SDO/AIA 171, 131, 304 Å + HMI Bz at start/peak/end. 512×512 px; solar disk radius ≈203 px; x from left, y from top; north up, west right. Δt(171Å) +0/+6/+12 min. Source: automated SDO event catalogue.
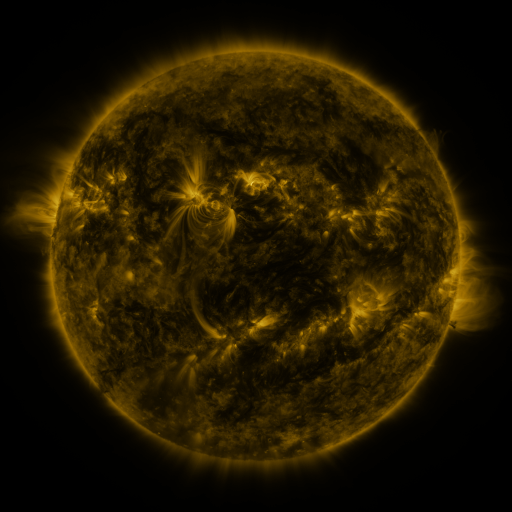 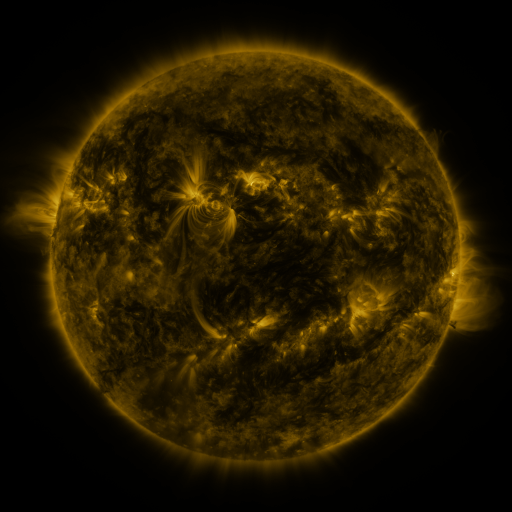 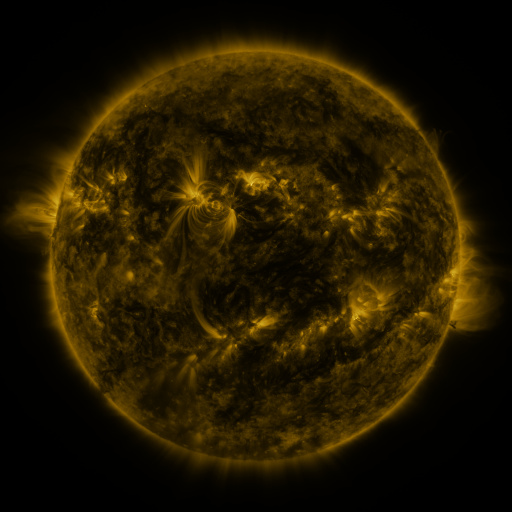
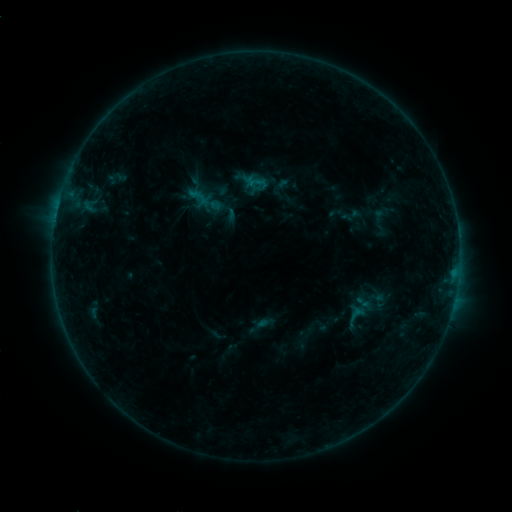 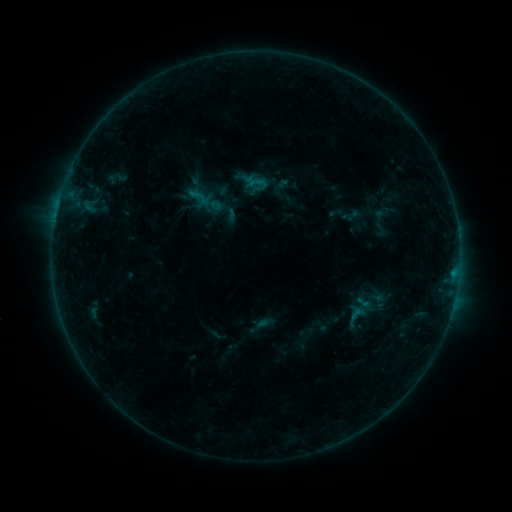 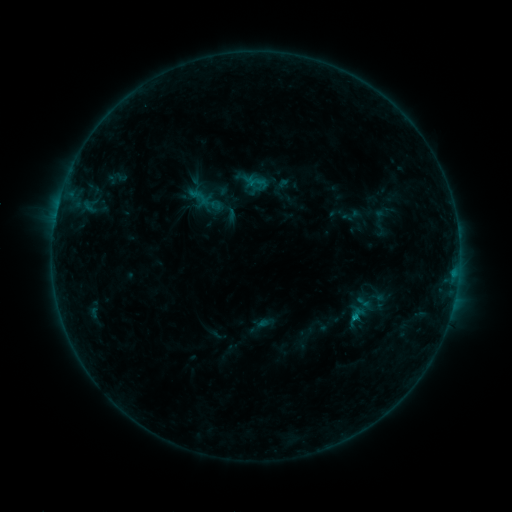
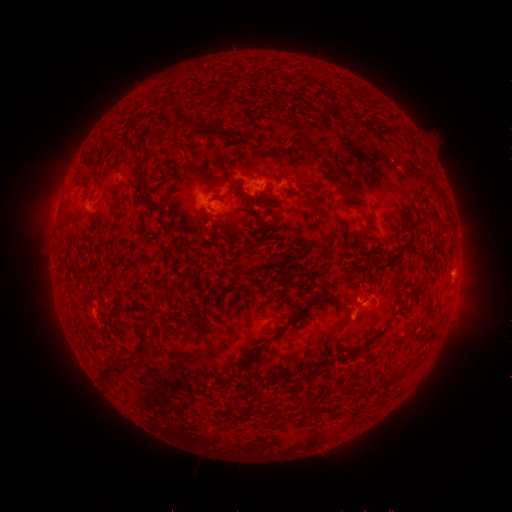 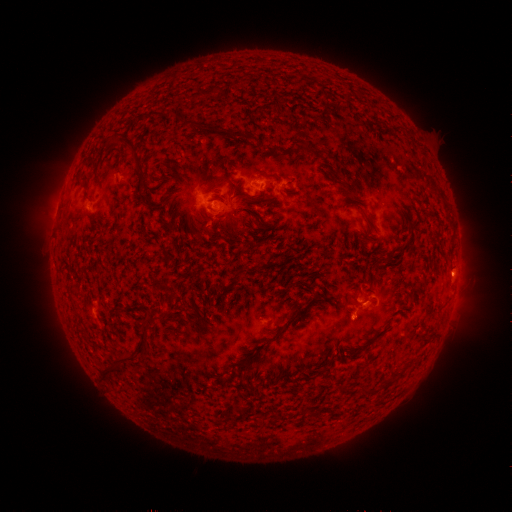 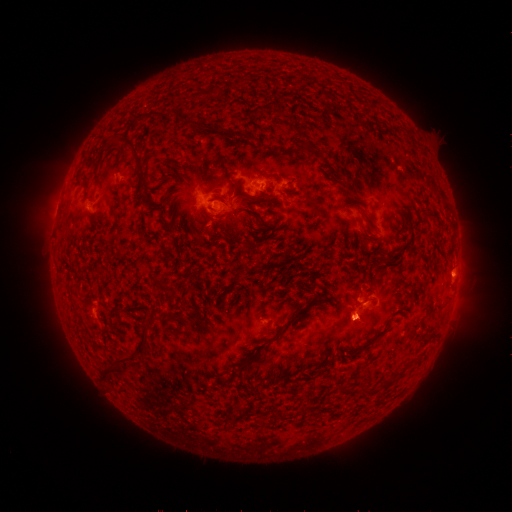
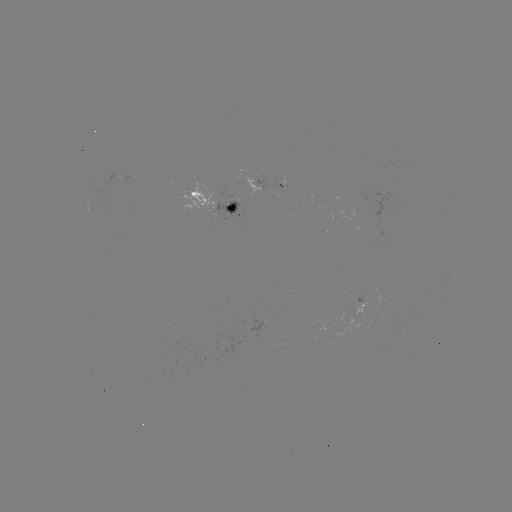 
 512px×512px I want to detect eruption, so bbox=[337, 295, 384, 341].